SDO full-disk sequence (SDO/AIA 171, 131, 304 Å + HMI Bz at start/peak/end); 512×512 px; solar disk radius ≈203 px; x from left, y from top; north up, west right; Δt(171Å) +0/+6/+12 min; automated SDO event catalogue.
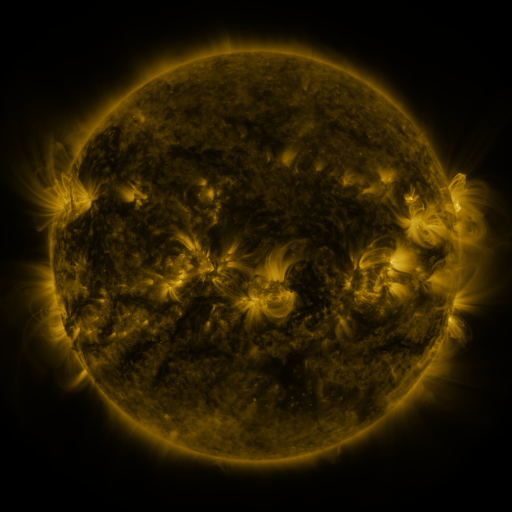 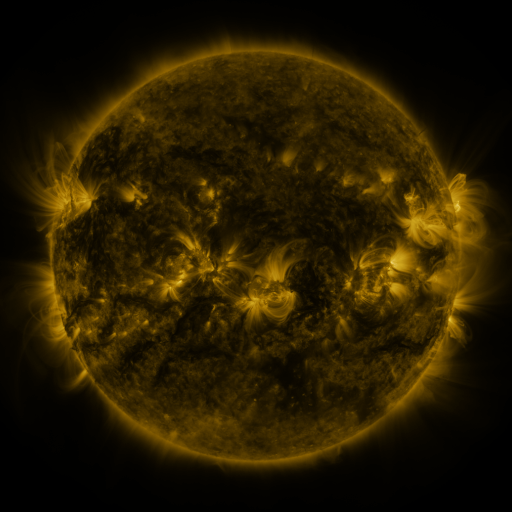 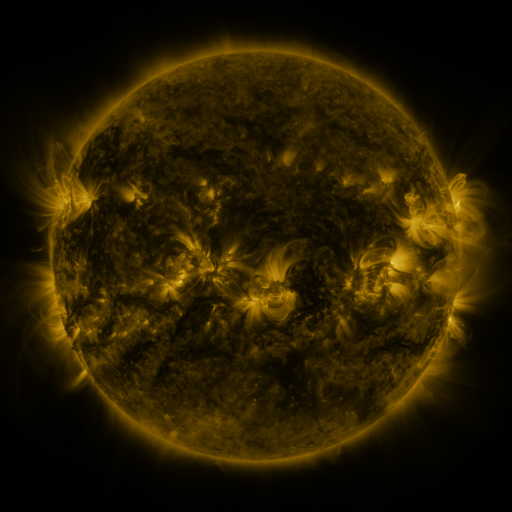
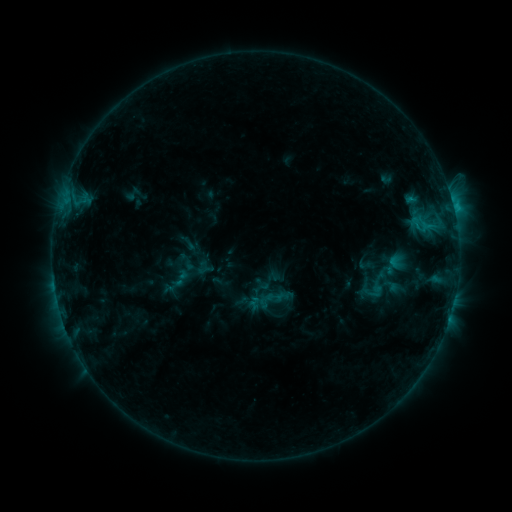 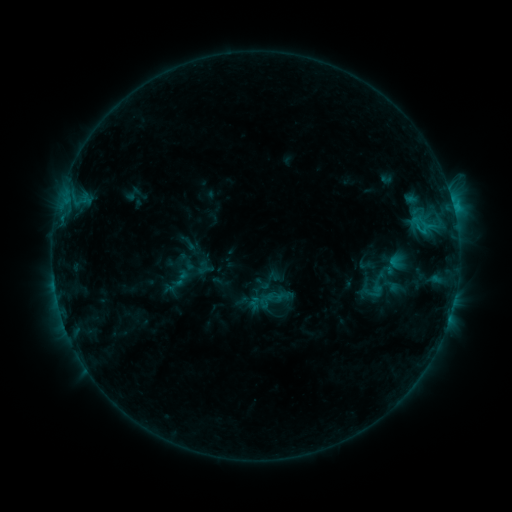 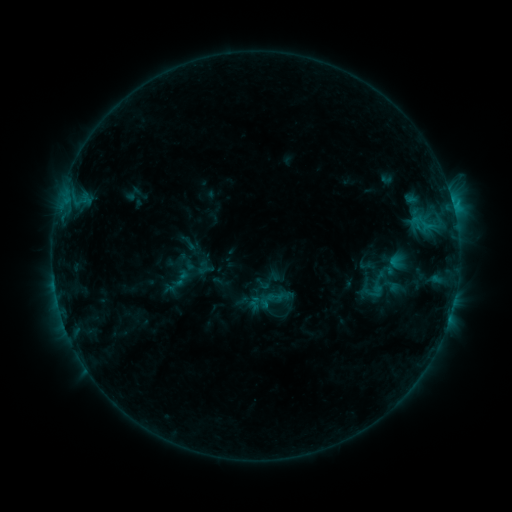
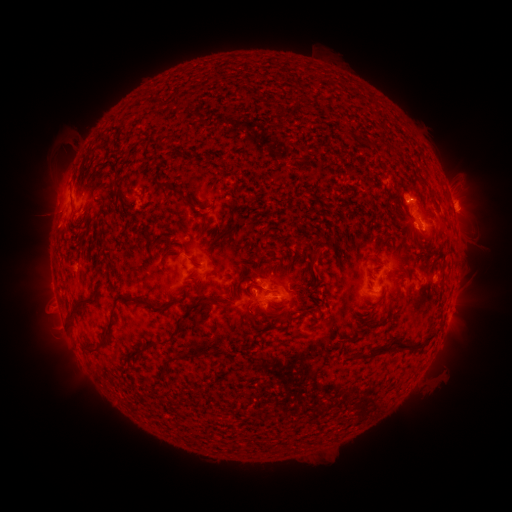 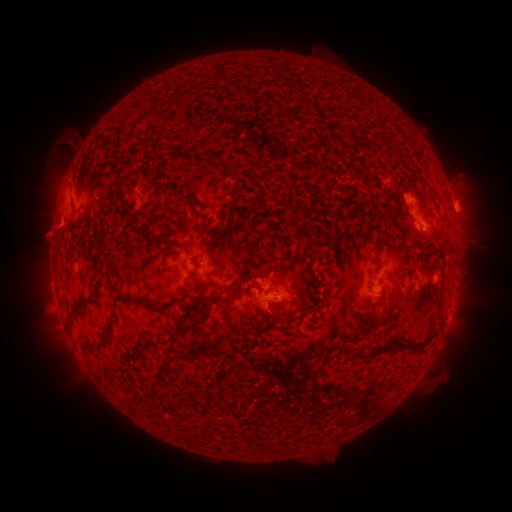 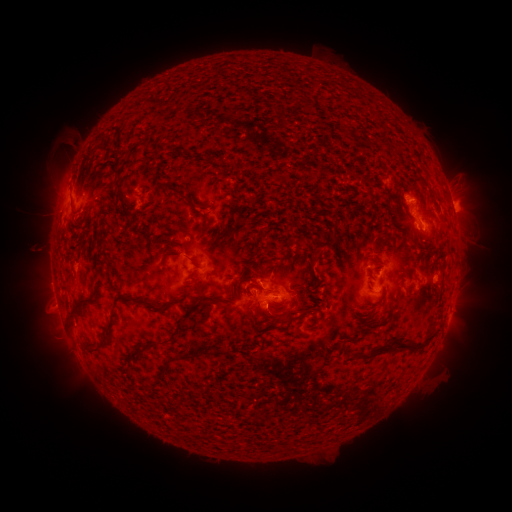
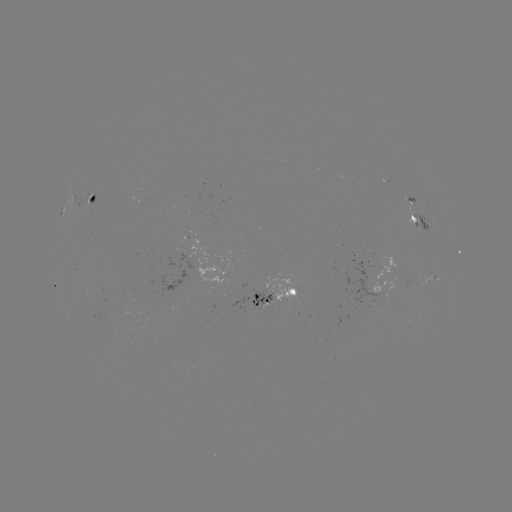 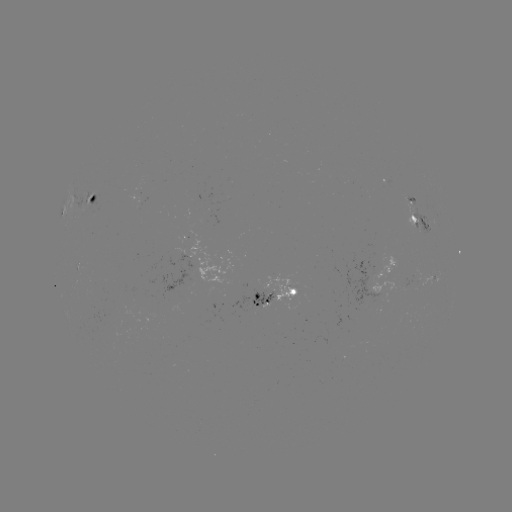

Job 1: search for eruption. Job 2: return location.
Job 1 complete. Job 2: (45, 233).